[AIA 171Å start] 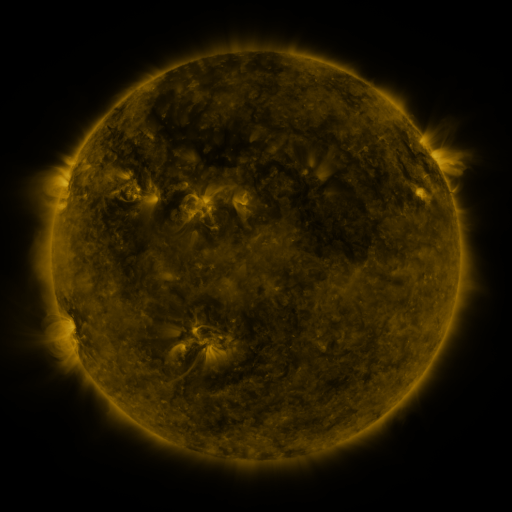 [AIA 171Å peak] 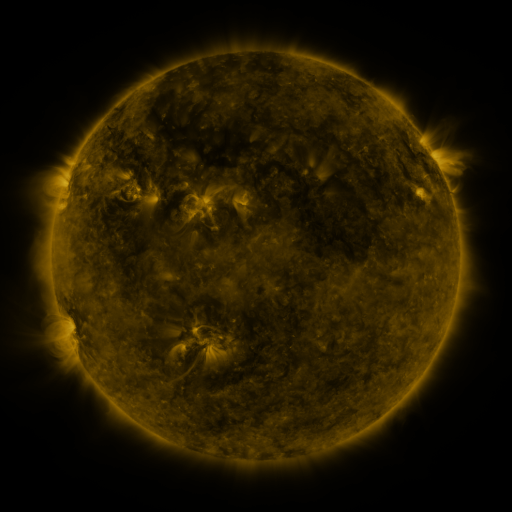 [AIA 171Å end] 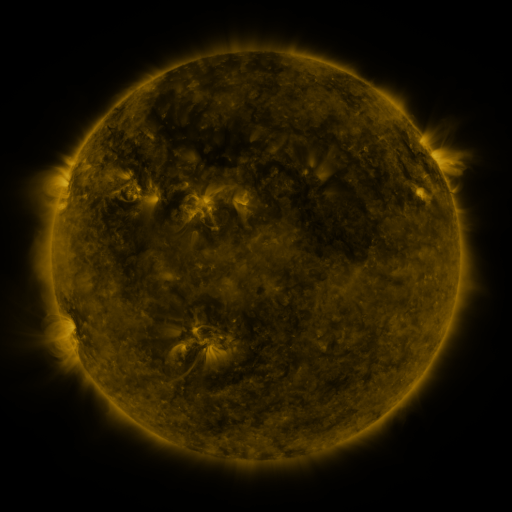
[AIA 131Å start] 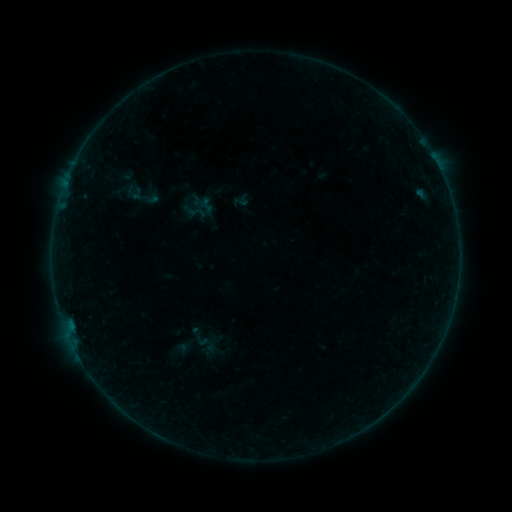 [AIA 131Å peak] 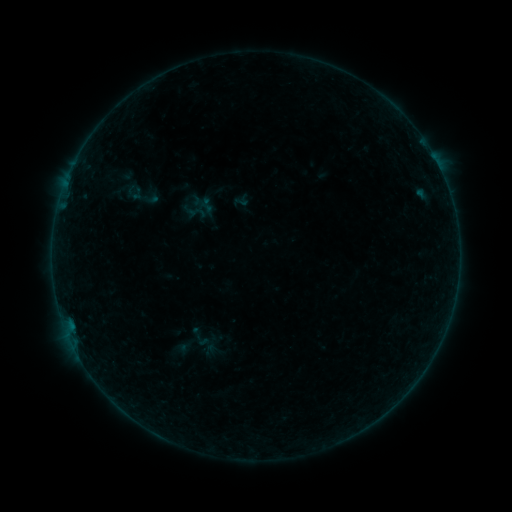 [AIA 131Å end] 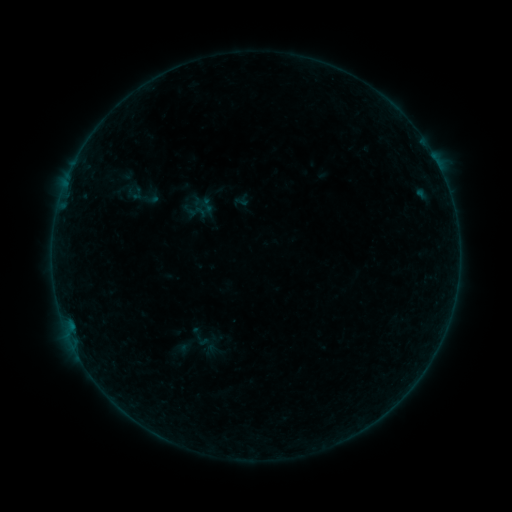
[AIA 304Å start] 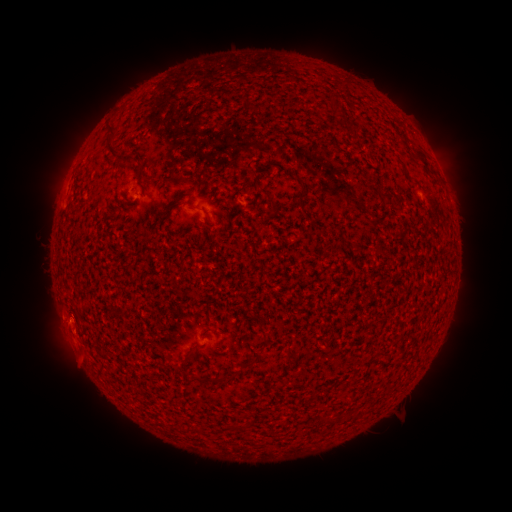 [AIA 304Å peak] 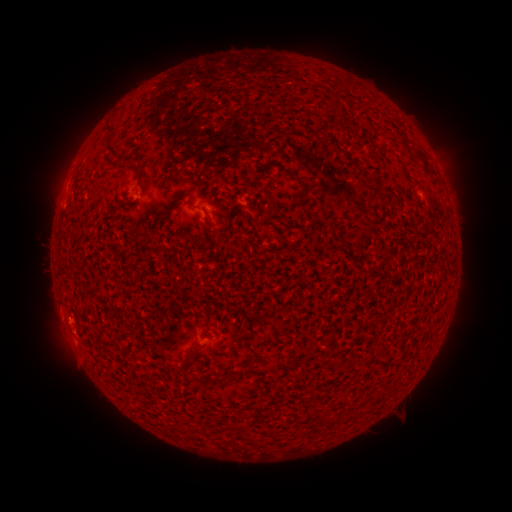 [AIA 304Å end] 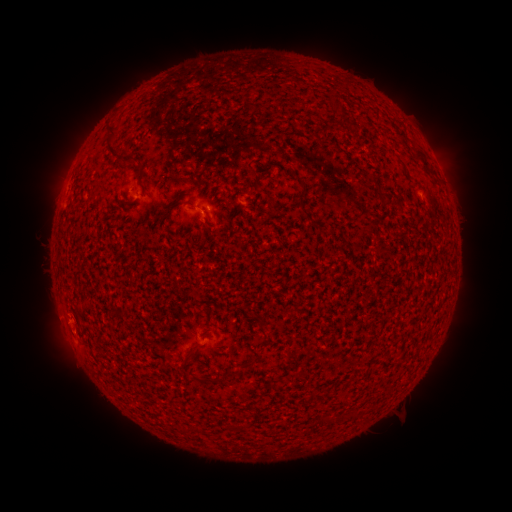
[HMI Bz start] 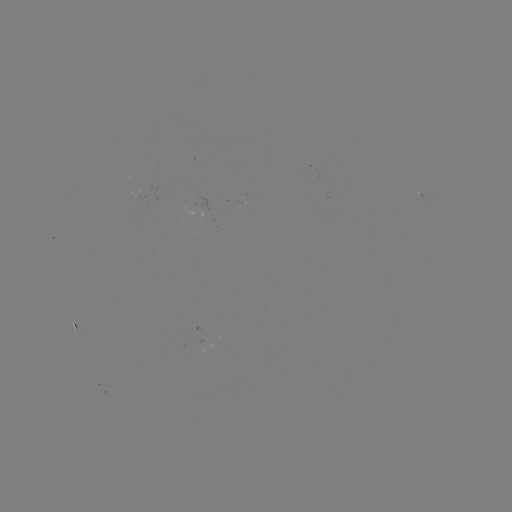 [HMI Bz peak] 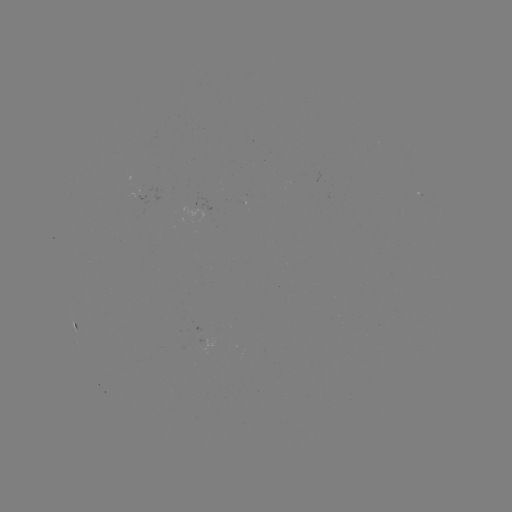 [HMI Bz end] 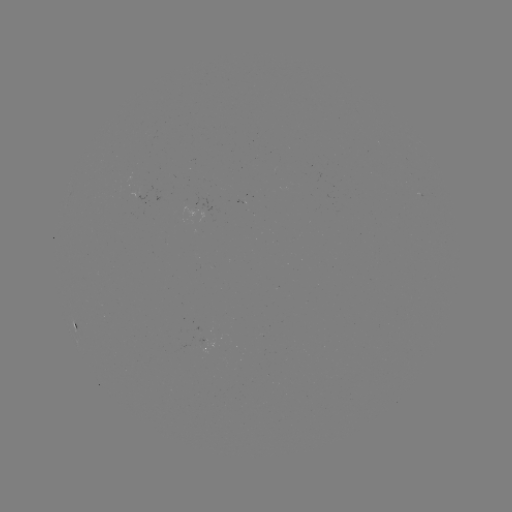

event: eruption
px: (49, 314)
